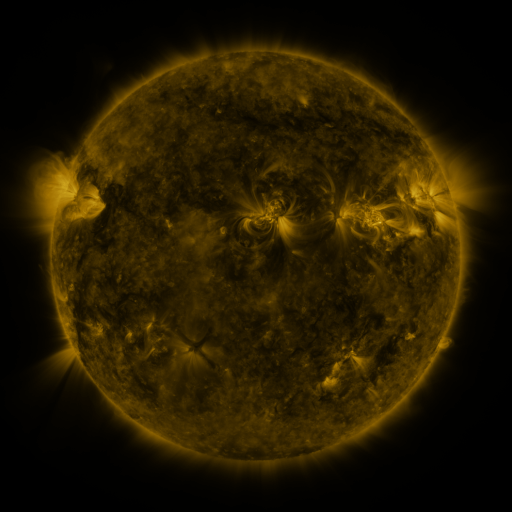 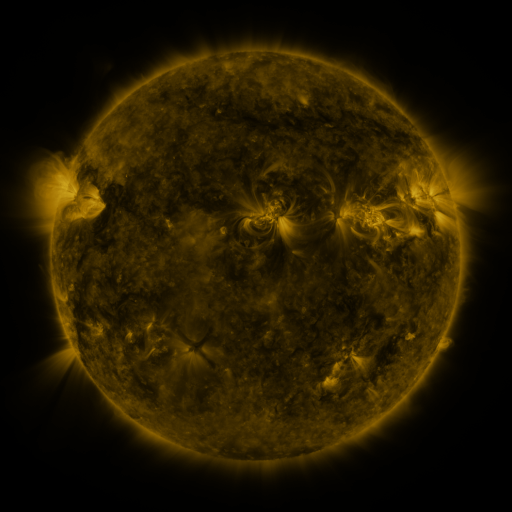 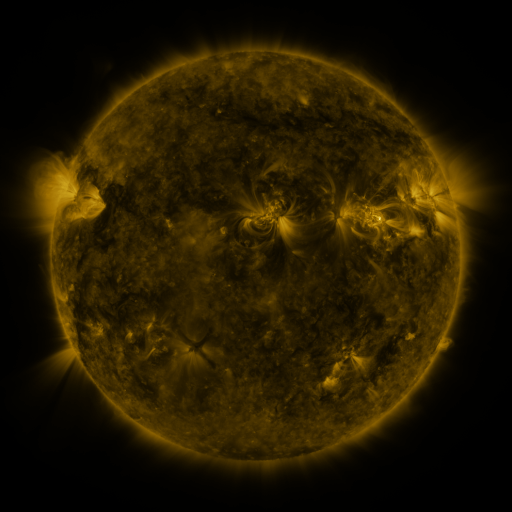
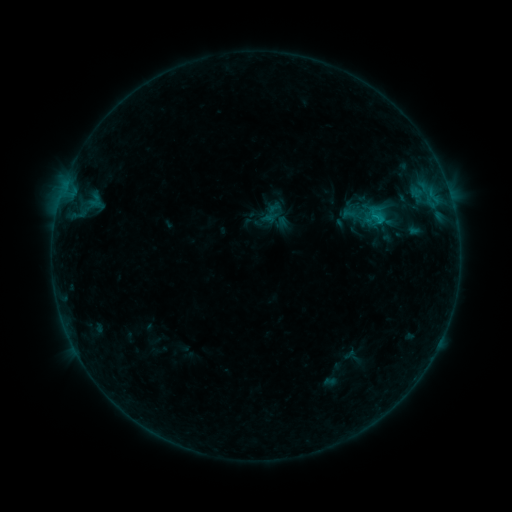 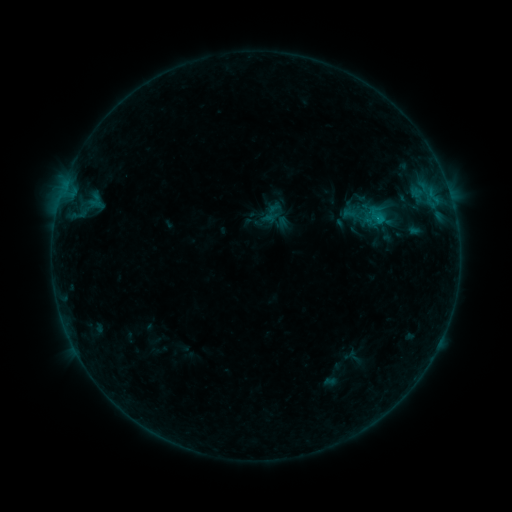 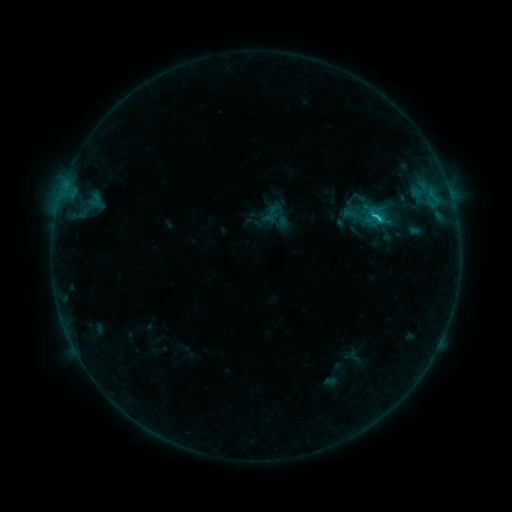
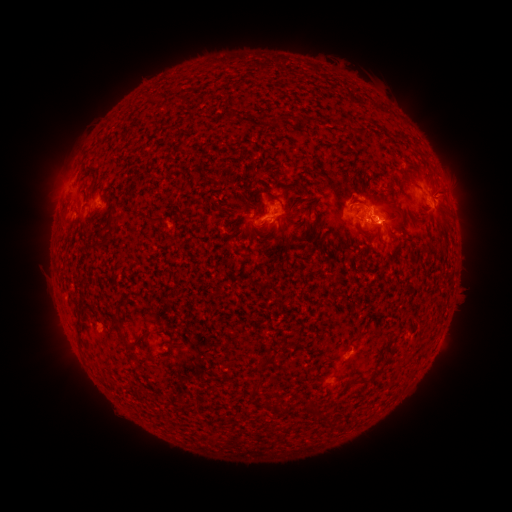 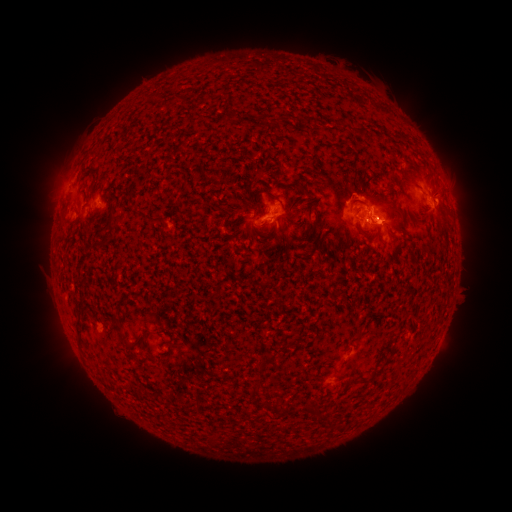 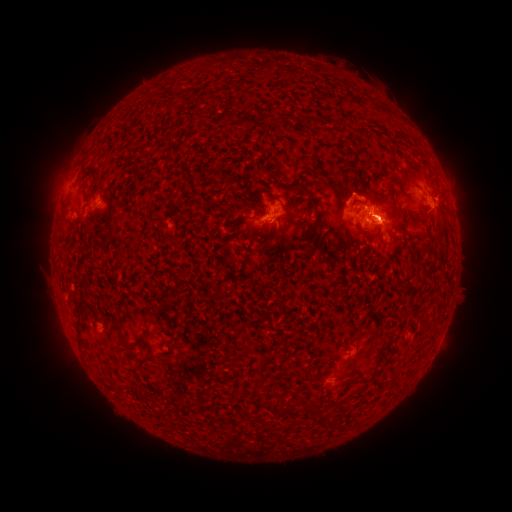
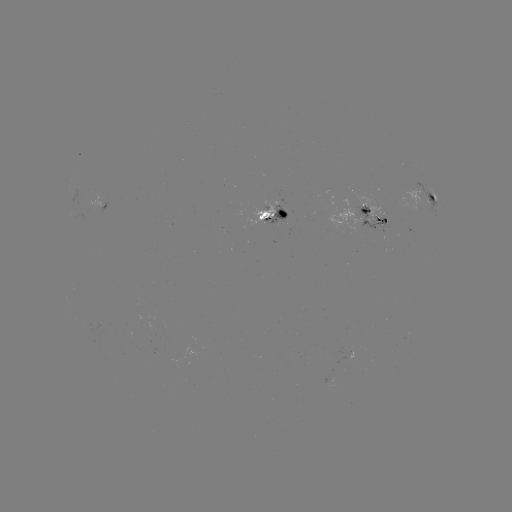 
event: flare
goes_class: C1.7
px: (375, 223)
